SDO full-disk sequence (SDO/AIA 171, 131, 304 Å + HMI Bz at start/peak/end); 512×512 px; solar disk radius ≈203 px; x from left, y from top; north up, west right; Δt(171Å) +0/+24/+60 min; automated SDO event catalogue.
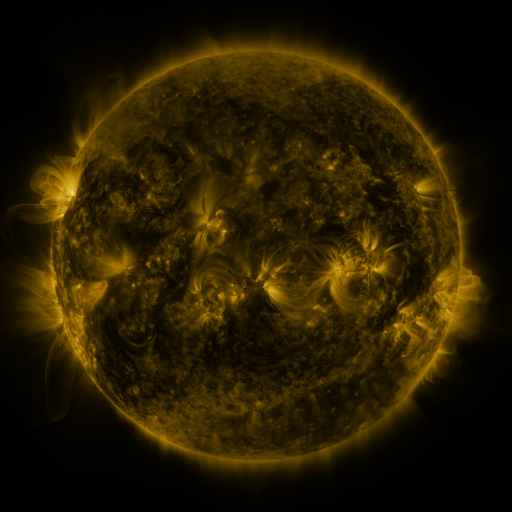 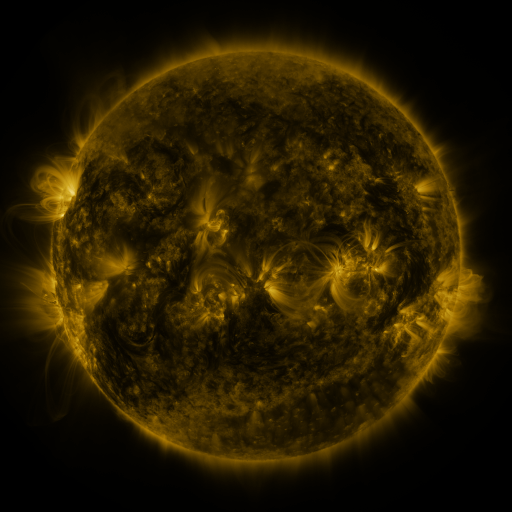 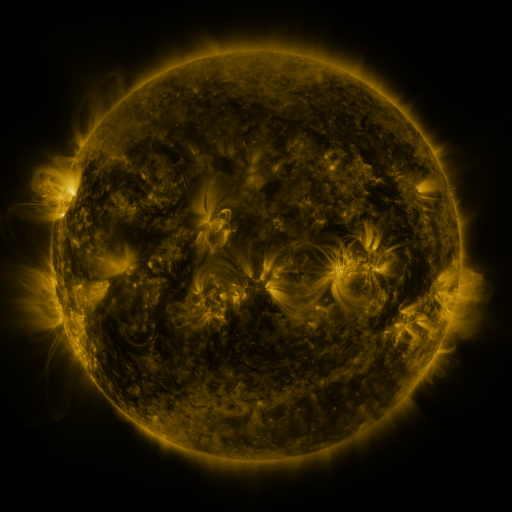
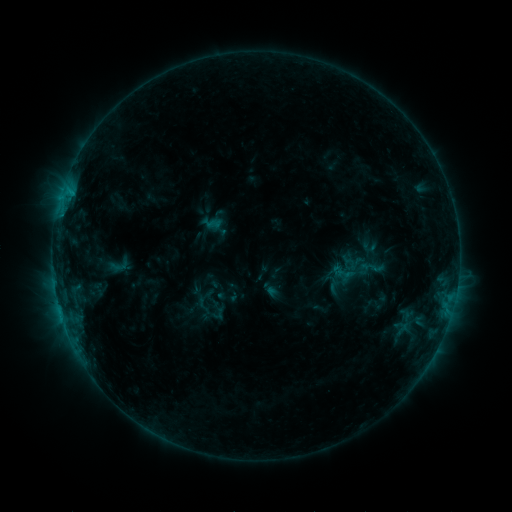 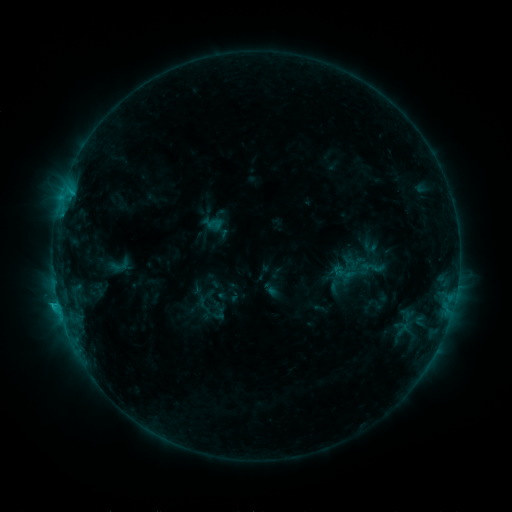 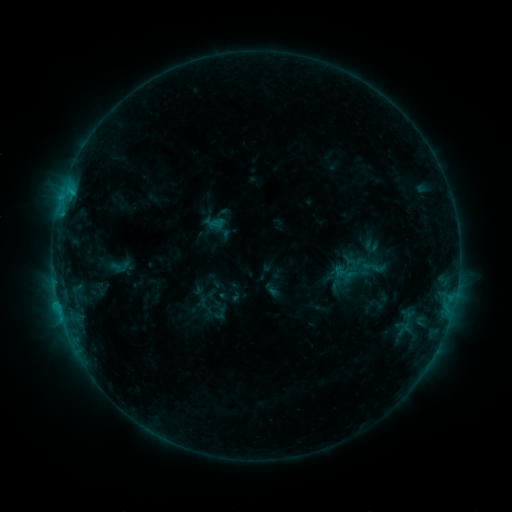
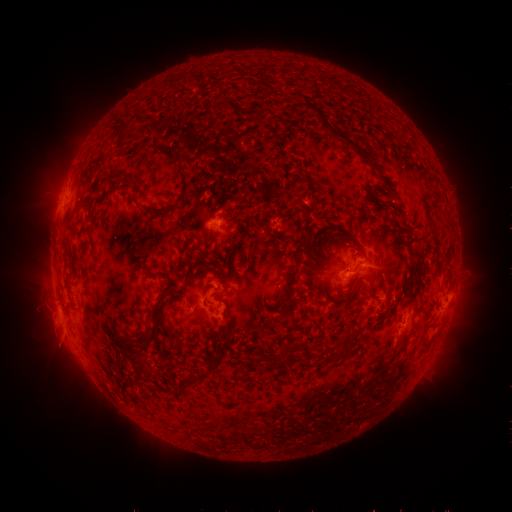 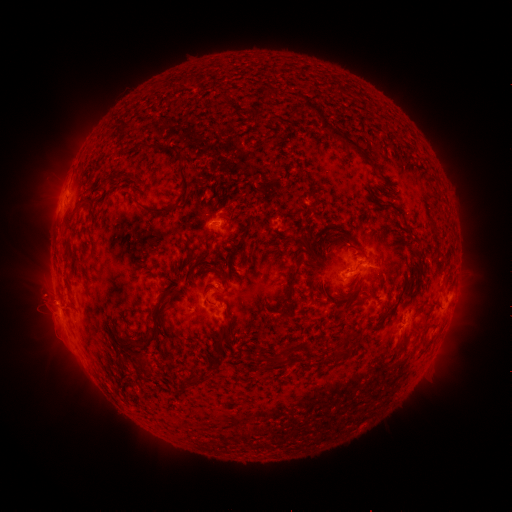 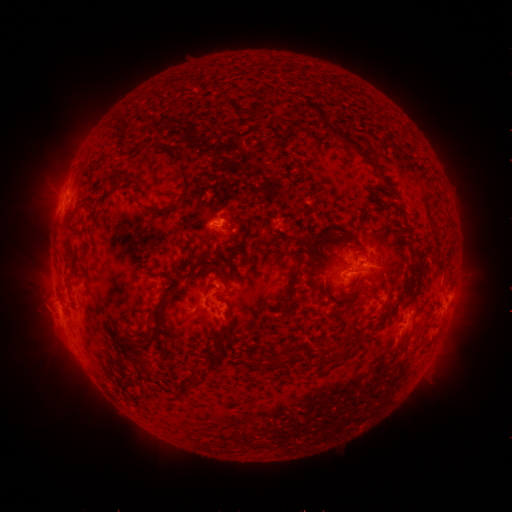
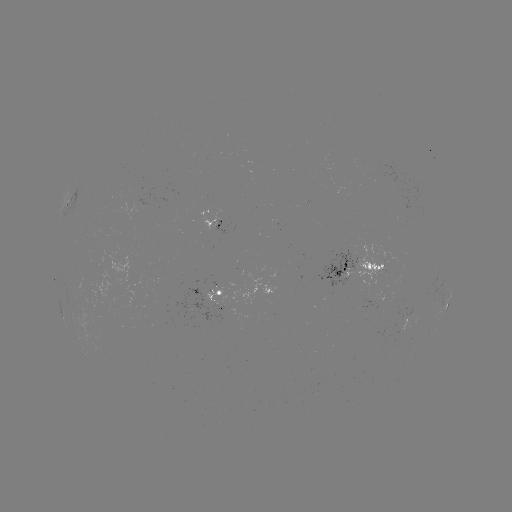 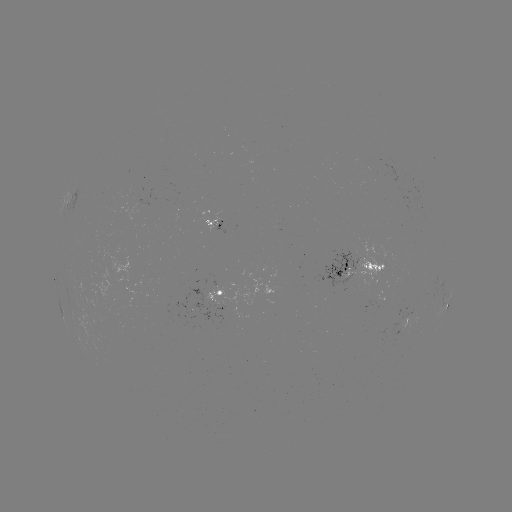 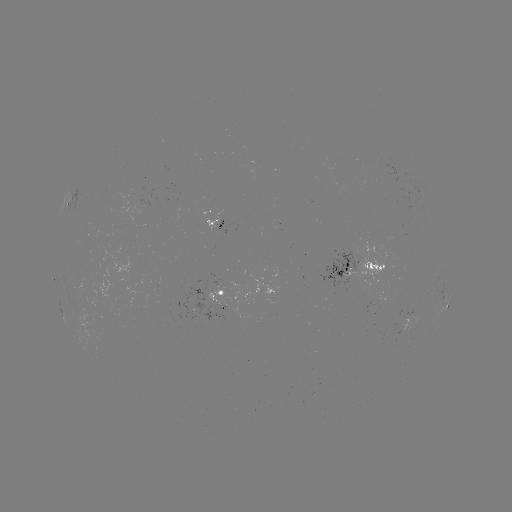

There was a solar flare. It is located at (58, 301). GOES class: C1.2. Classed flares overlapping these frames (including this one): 1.